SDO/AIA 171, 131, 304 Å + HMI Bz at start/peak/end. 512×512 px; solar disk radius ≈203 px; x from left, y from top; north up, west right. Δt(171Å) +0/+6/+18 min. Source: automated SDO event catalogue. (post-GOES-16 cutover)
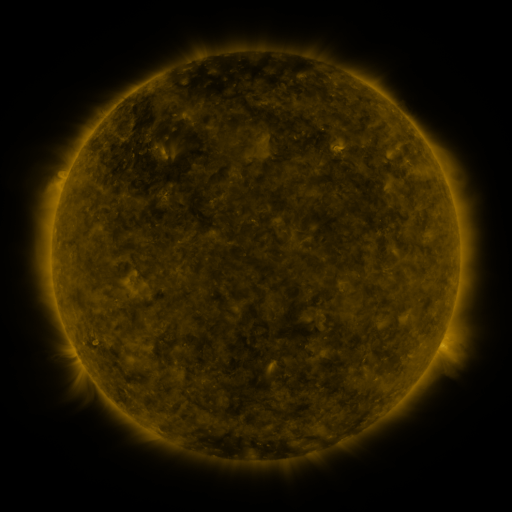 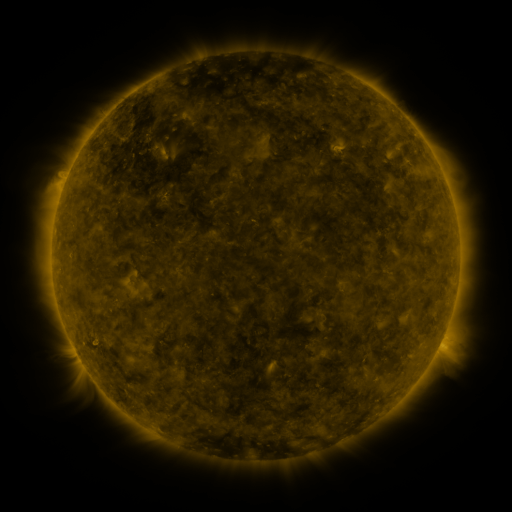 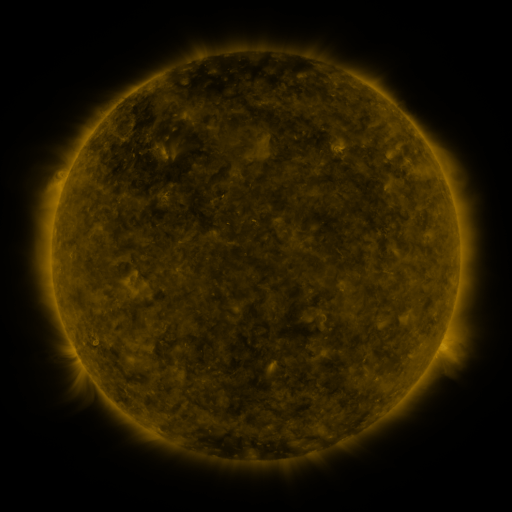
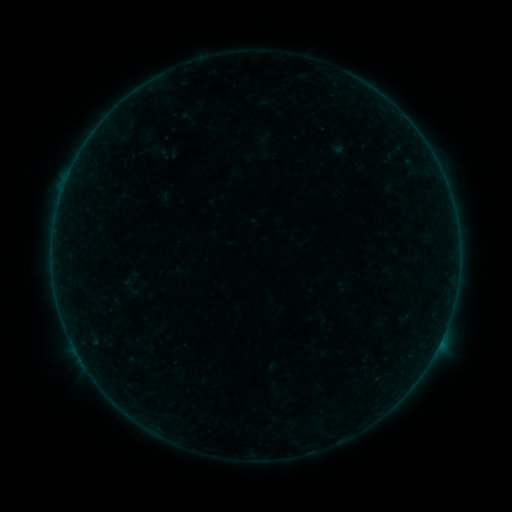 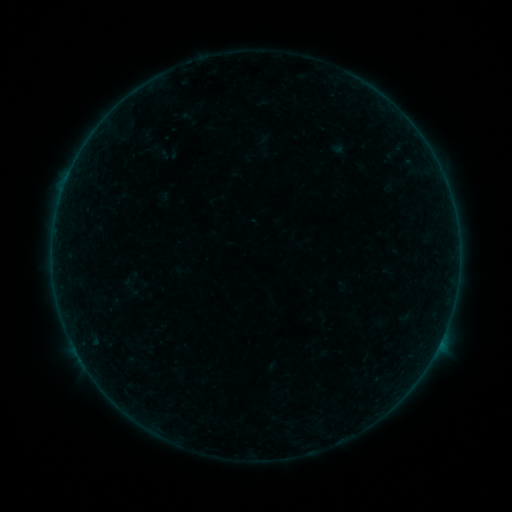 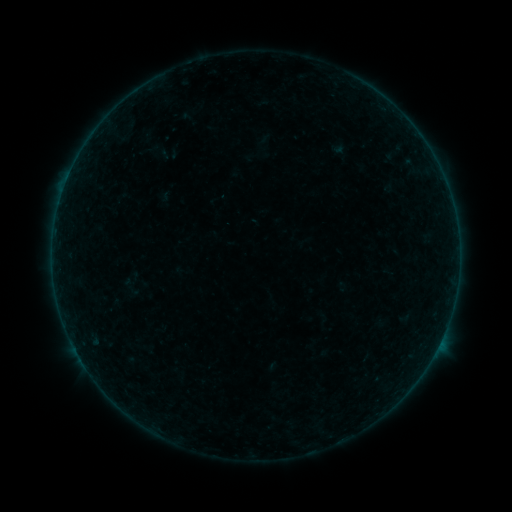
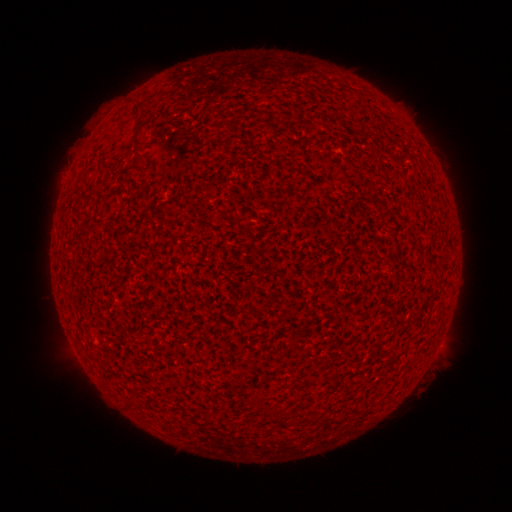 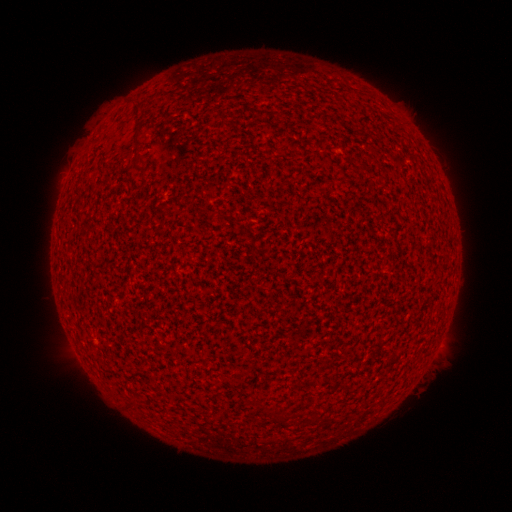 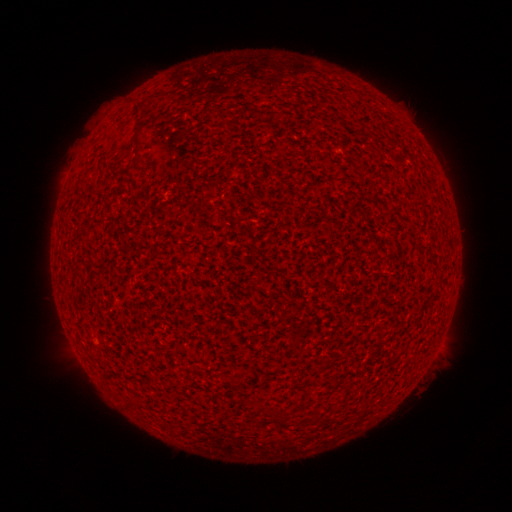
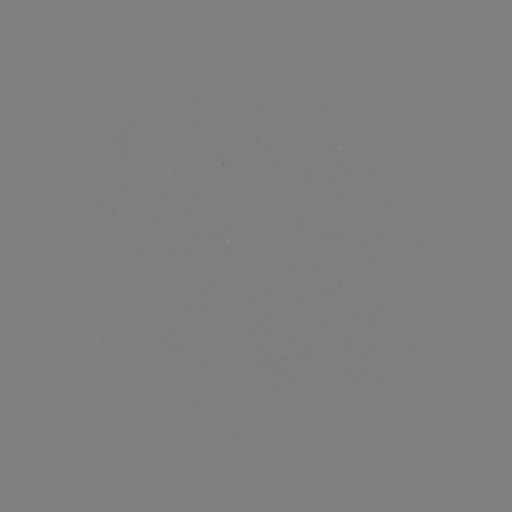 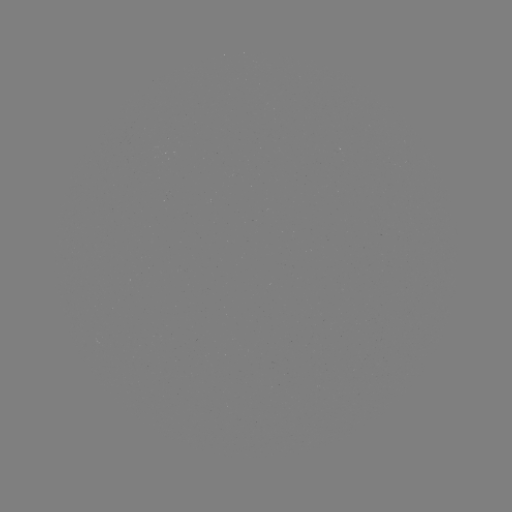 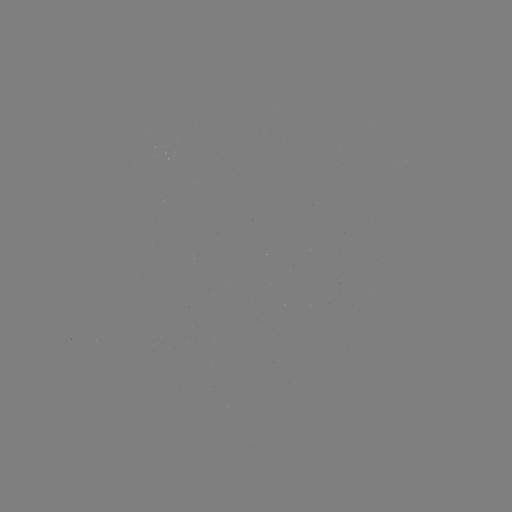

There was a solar flare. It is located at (67, 180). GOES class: A2.9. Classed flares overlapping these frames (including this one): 1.